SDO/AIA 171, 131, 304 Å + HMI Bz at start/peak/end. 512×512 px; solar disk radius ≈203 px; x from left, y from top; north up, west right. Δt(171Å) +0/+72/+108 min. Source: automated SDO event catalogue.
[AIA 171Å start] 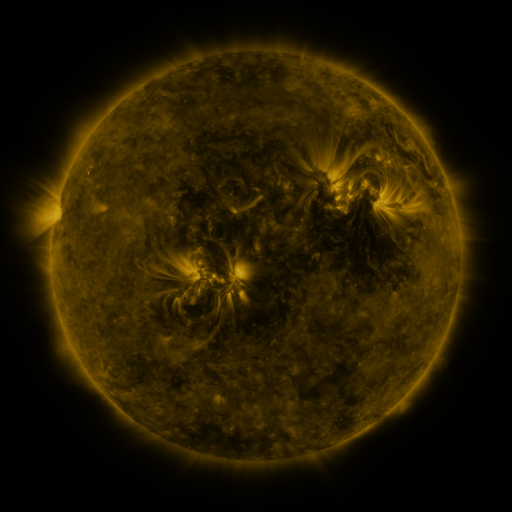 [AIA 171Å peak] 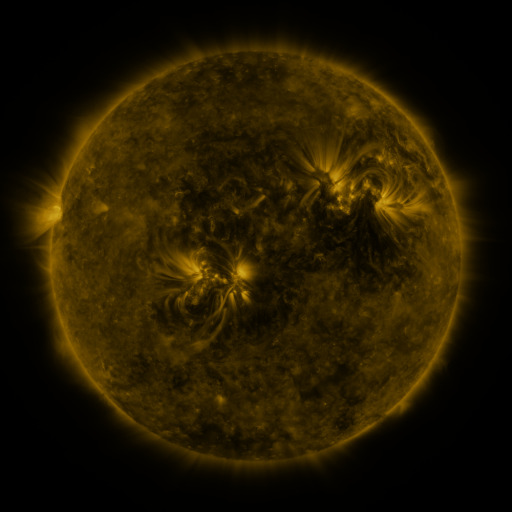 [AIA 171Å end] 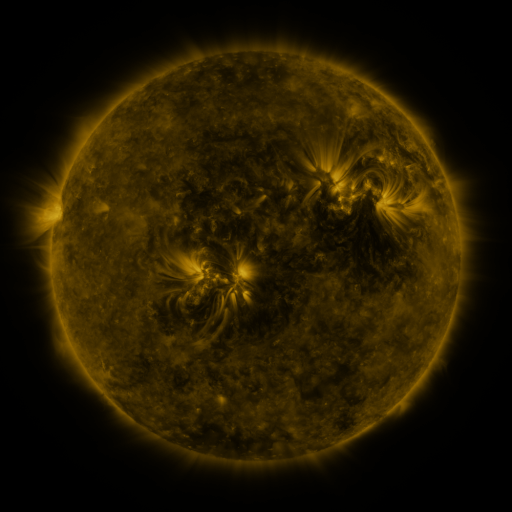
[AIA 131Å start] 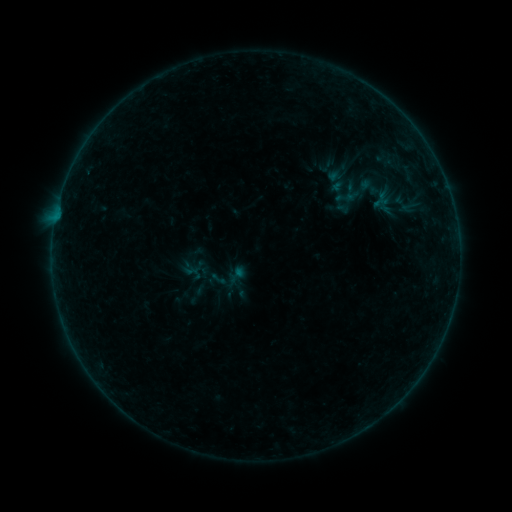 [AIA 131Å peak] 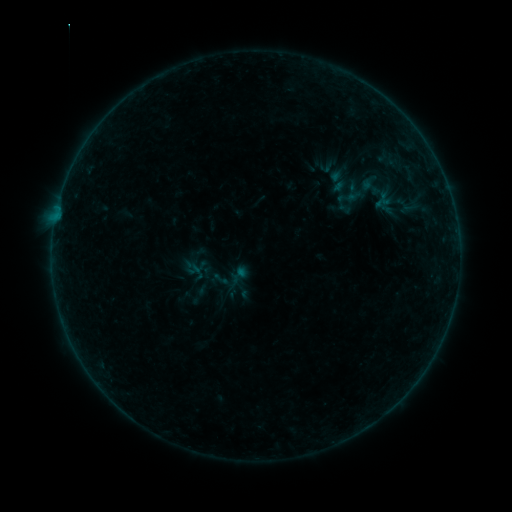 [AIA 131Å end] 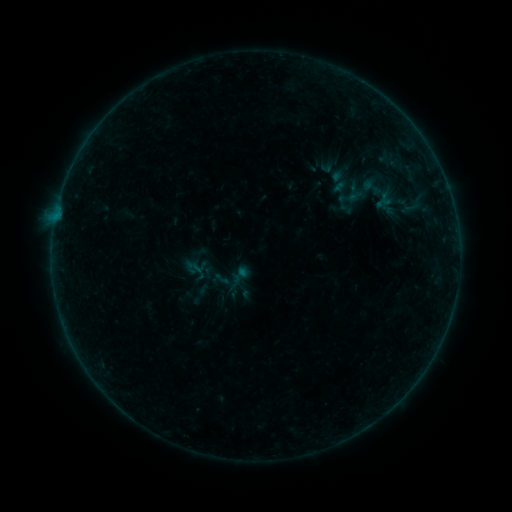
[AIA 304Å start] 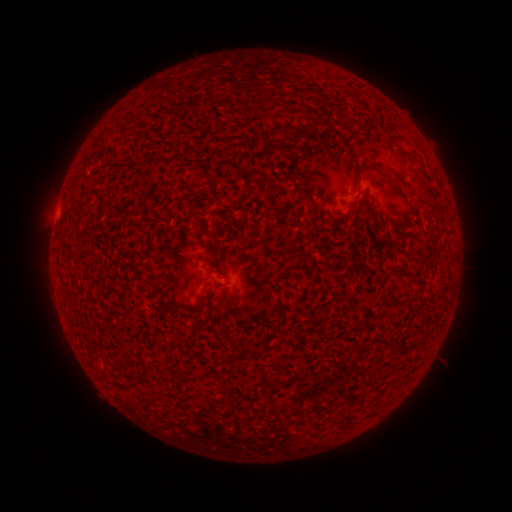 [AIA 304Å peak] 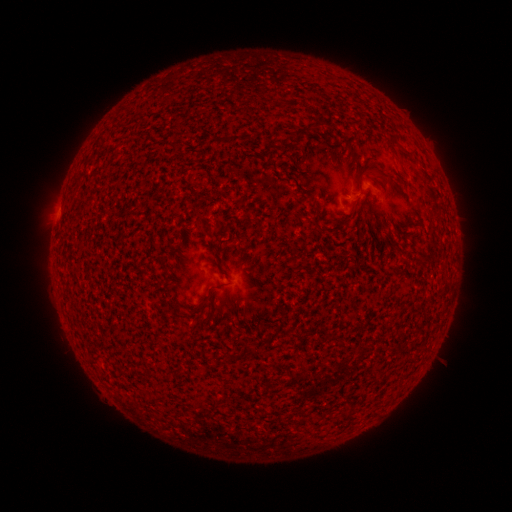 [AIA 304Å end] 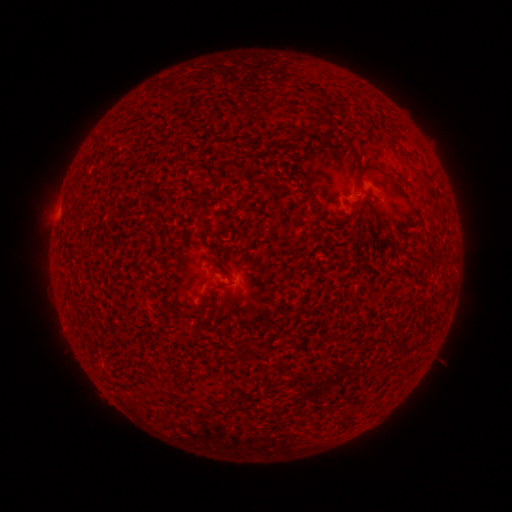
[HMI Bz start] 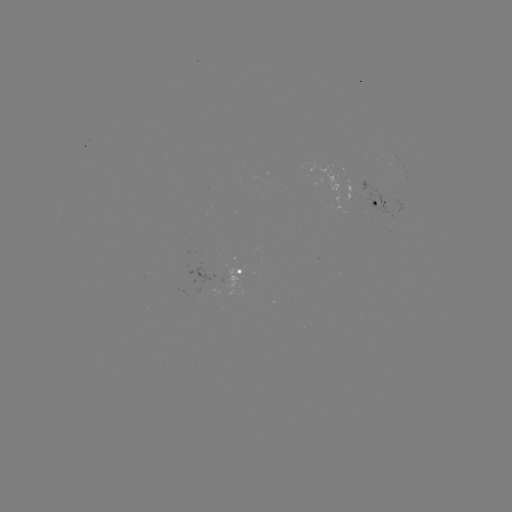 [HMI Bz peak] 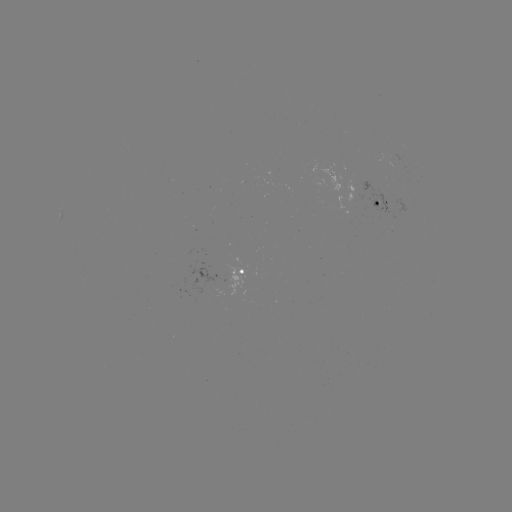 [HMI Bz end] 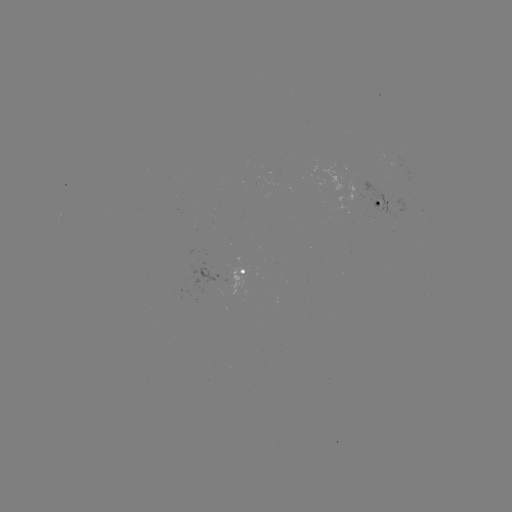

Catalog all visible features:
emerging-flux region: (394, 156)
